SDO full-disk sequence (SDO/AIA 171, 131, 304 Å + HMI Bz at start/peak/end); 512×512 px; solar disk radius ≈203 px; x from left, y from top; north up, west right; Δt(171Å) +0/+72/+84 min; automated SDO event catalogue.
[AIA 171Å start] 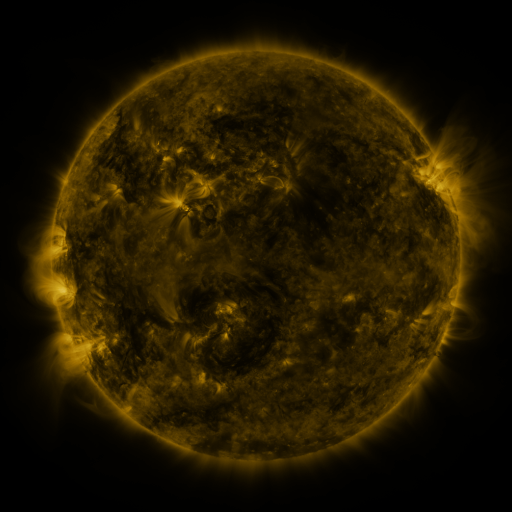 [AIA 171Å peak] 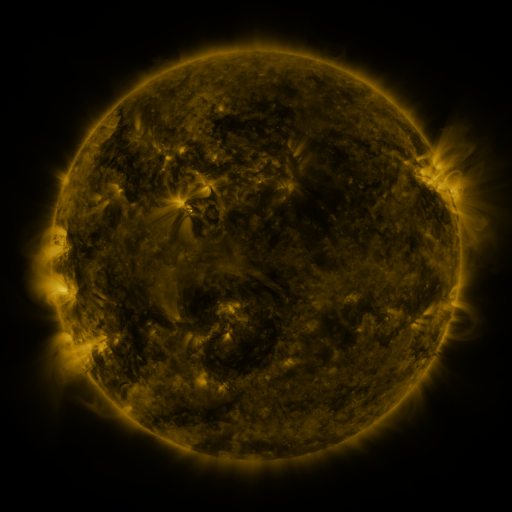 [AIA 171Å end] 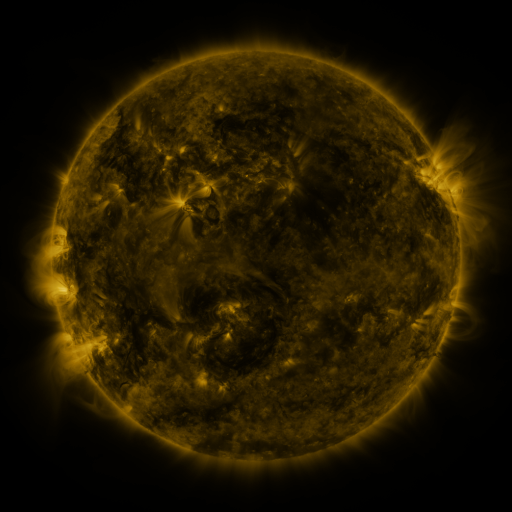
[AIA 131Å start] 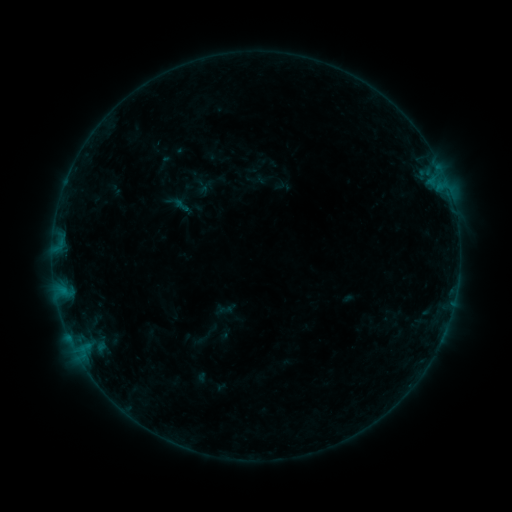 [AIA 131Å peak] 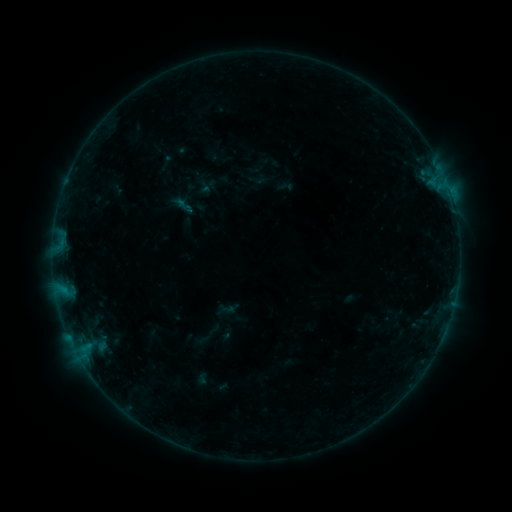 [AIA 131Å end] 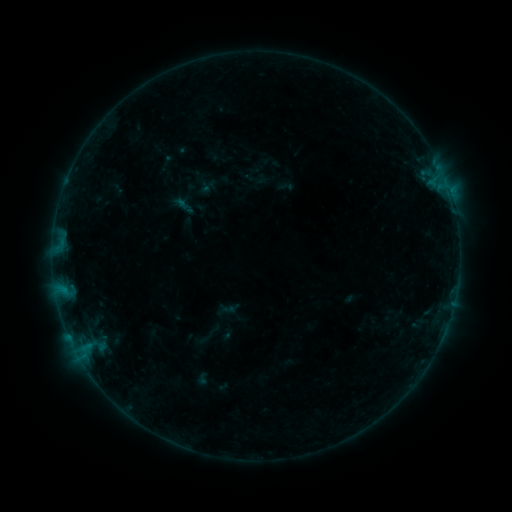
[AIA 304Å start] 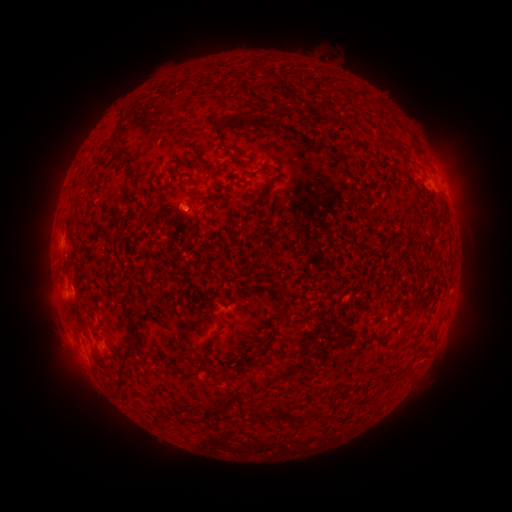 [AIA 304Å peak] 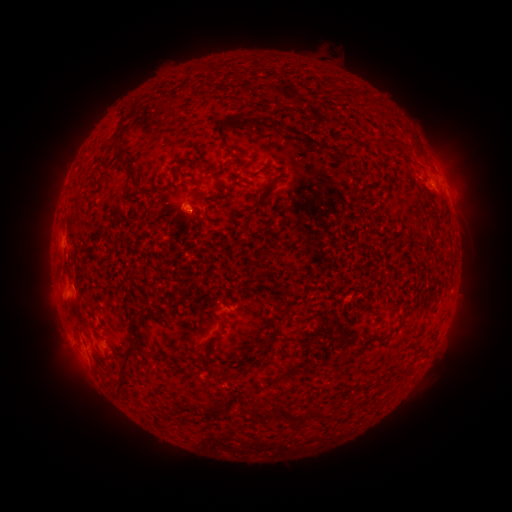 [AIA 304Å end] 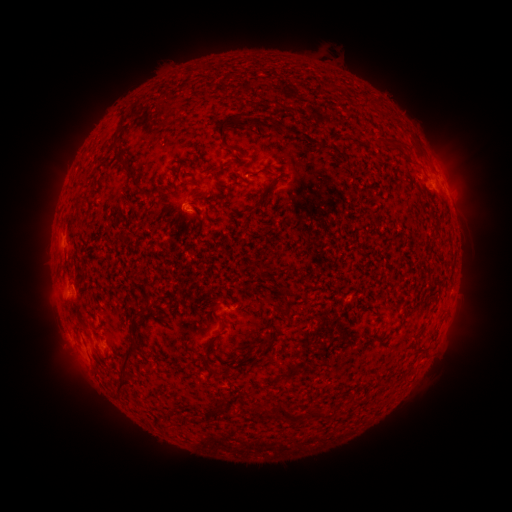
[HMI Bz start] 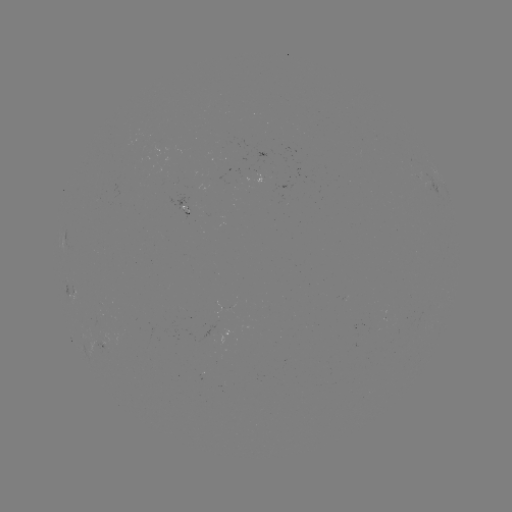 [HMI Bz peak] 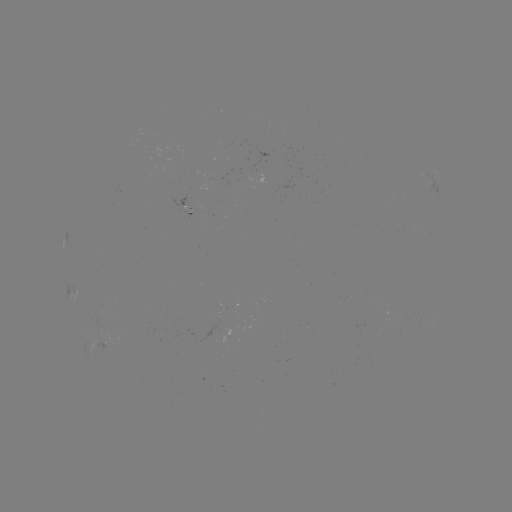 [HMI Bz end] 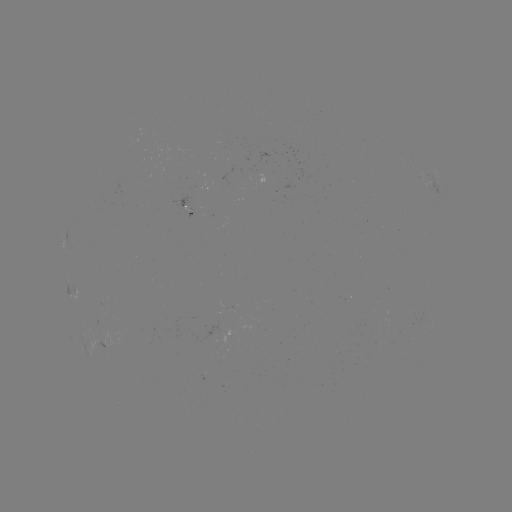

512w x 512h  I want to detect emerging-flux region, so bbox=[99, 341, 110, 349].